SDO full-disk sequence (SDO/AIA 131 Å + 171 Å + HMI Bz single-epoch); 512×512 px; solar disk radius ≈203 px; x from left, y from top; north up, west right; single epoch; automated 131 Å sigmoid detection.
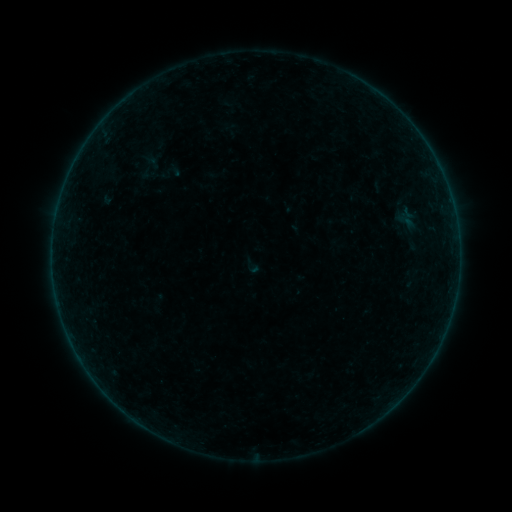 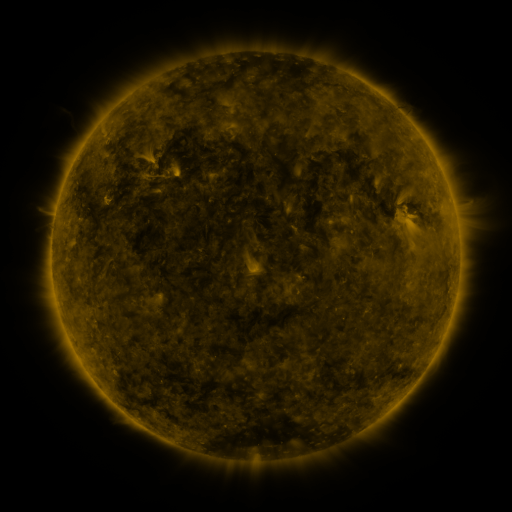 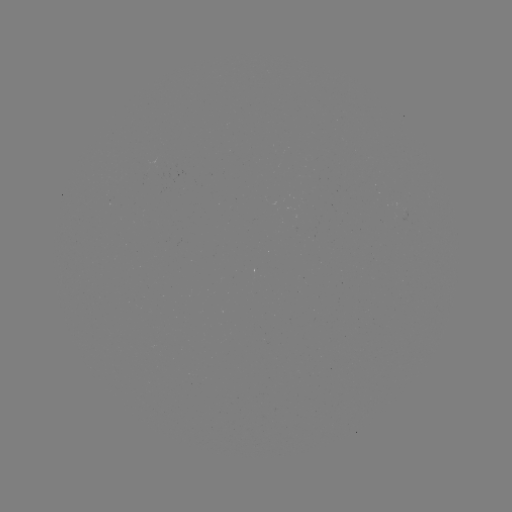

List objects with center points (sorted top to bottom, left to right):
sigmoid: (149, 164)
sigmoid: (172, 170)
